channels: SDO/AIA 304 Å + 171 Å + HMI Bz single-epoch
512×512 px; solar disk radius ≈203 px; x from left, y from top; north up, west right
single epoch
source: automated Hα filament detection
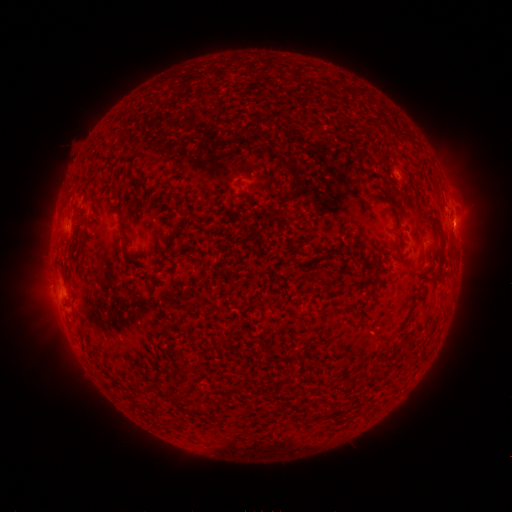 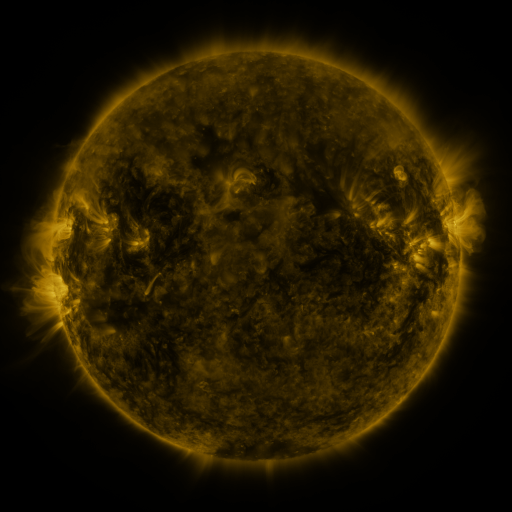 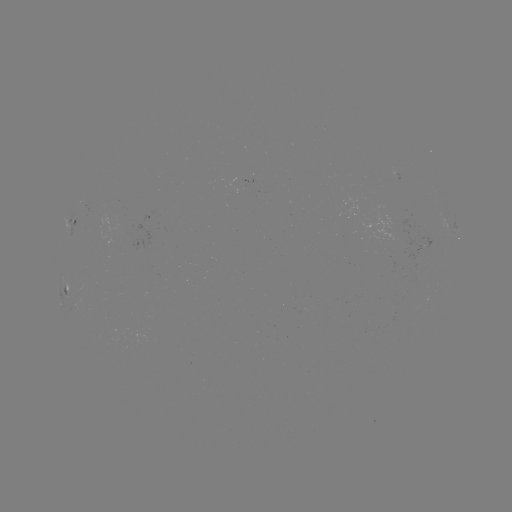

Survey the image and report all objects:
filament: (431, 218, 439, 229)
filament: (252, 298, 271, 307)
